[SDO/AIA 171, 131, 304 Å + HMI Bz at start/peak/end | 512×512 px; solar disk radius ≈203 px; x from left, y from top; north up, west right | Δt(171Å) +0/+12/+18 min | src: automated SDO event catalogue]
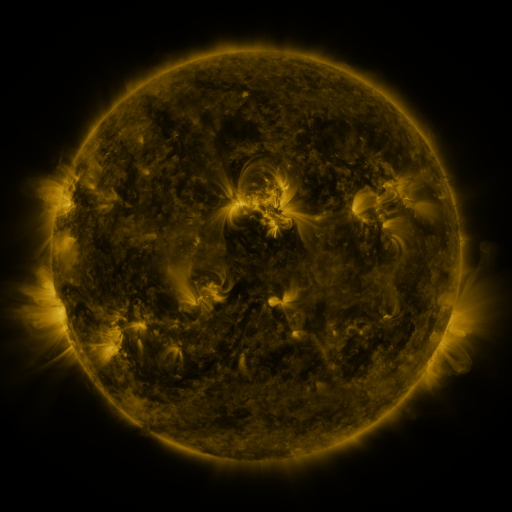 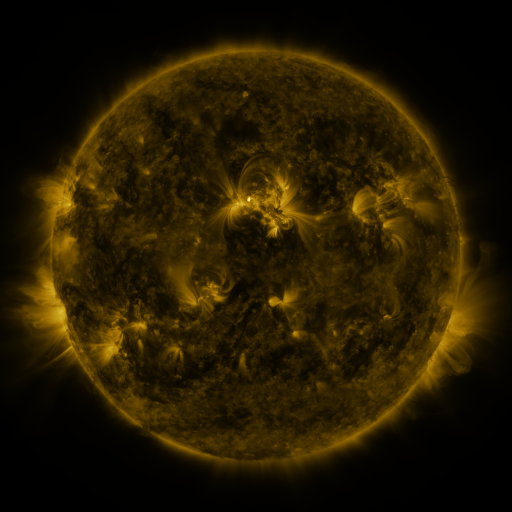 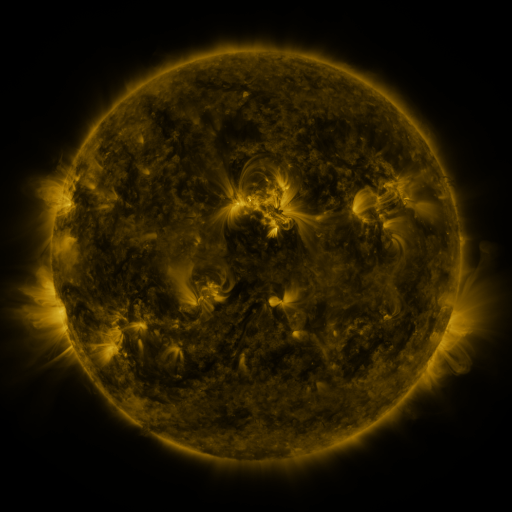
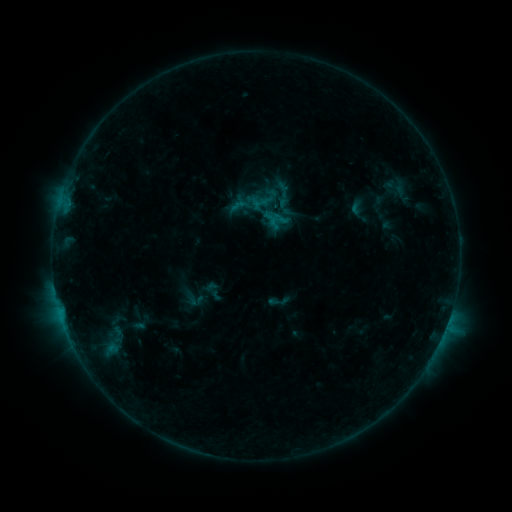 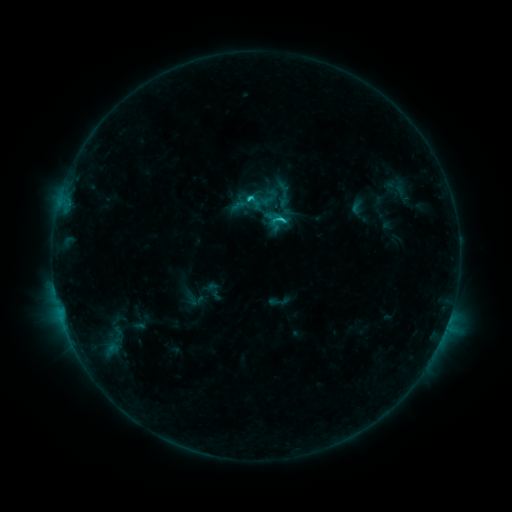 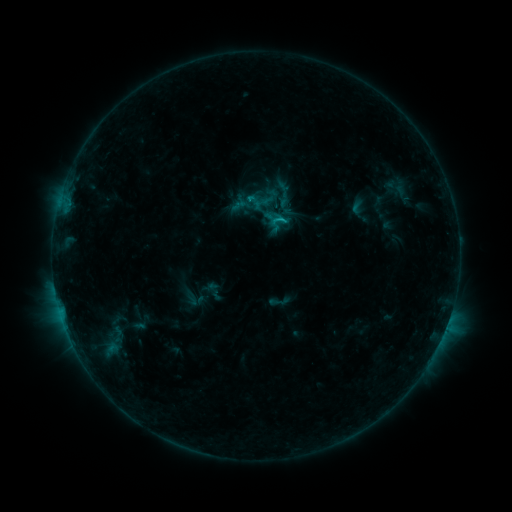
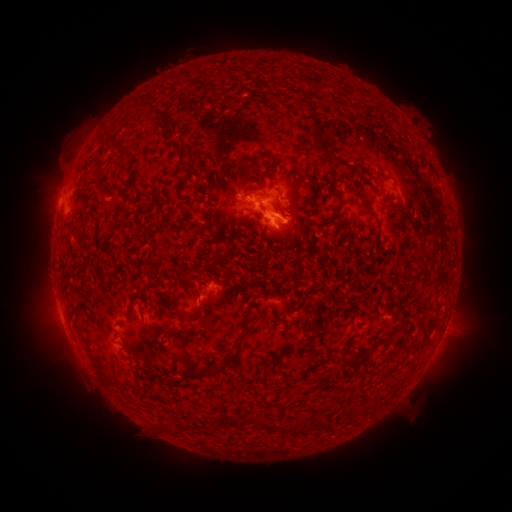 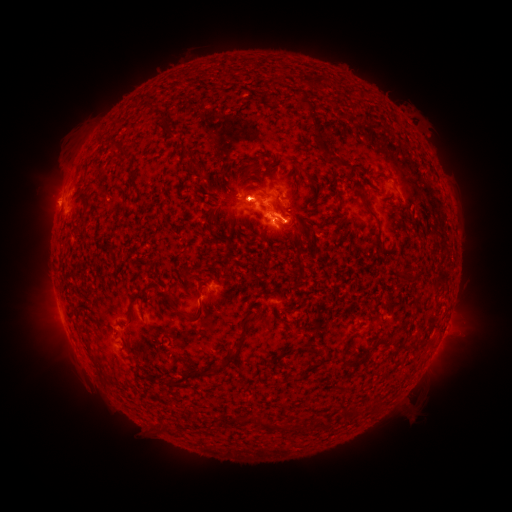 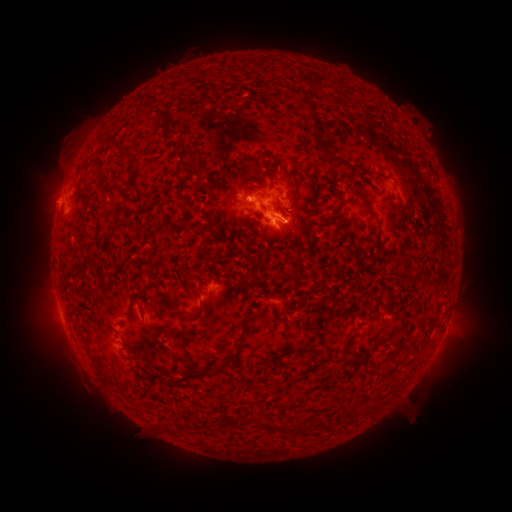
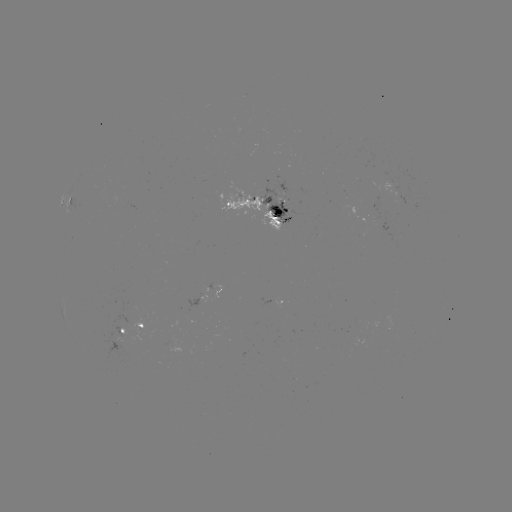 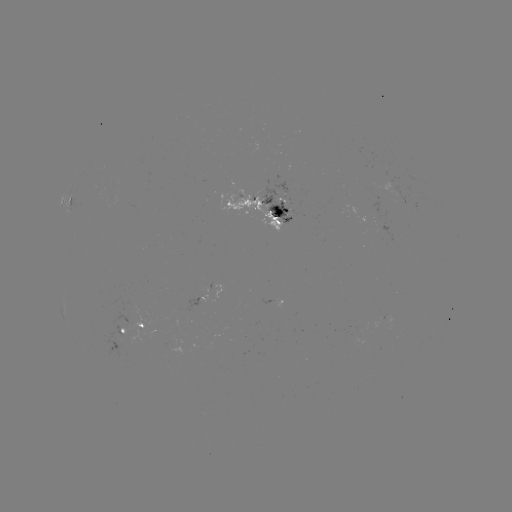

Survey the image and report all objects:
C2.1 flare: (249, 199)
